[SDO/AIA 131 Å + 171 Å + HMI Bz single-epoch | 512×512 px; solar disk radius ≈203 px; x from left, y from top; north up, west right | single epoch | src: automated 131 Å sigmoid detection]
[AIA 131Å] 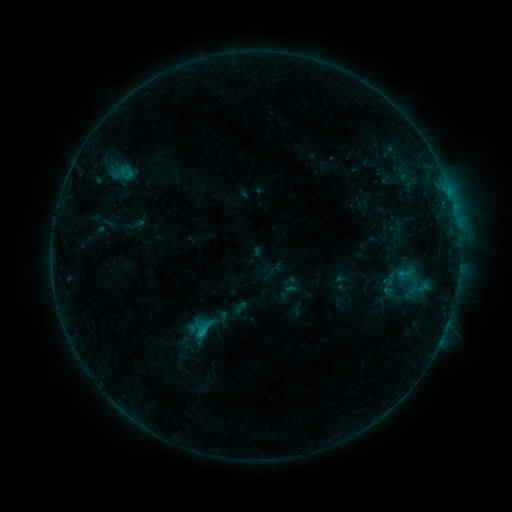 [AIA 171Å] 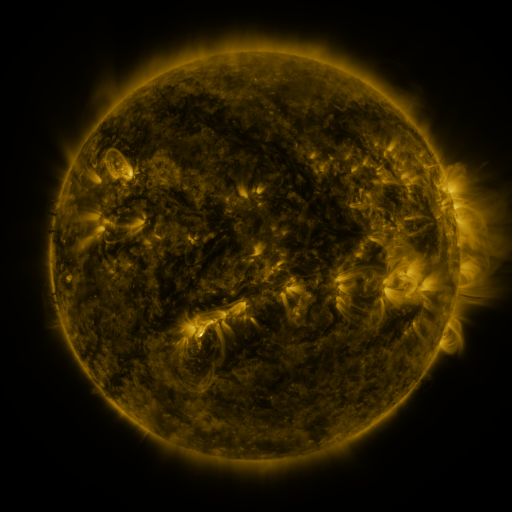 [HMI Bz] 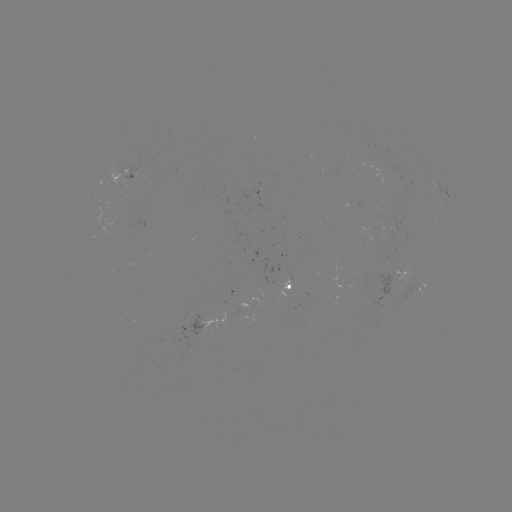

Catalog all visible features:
sigmoid: <bbox>395, 264, 415, 285</bbox>
sigmoid: <bbox>378, 276, 399, 298</bbox>
